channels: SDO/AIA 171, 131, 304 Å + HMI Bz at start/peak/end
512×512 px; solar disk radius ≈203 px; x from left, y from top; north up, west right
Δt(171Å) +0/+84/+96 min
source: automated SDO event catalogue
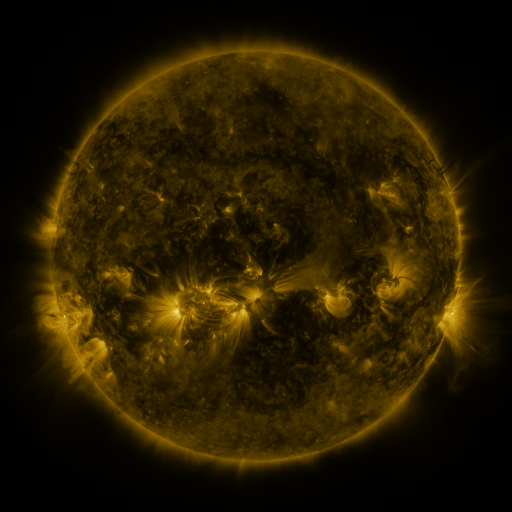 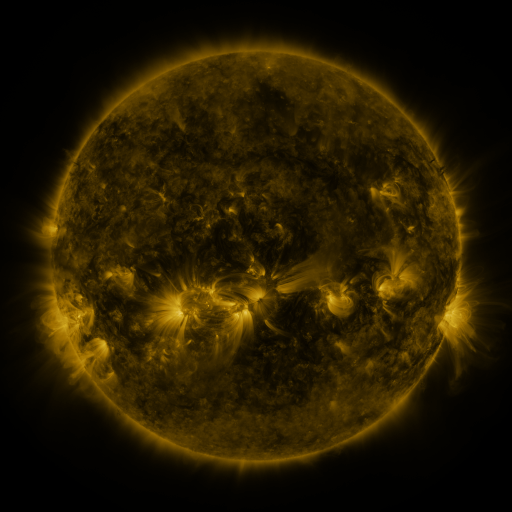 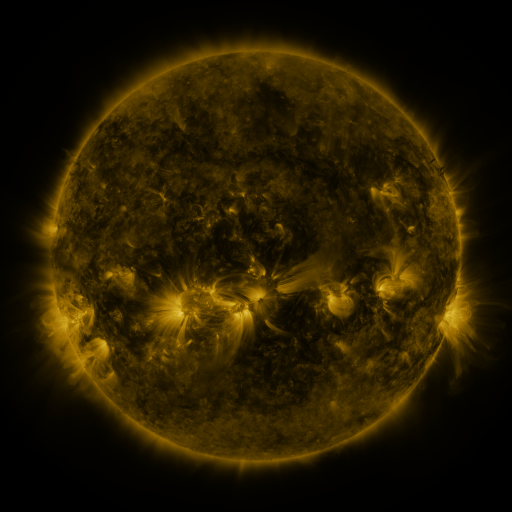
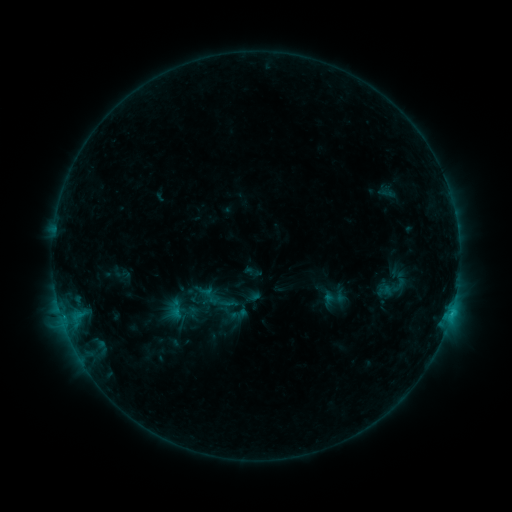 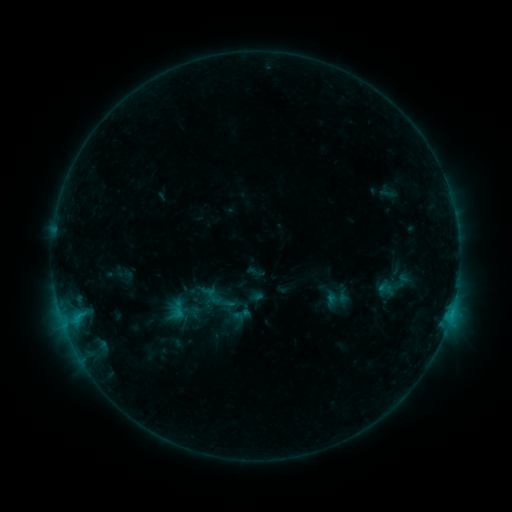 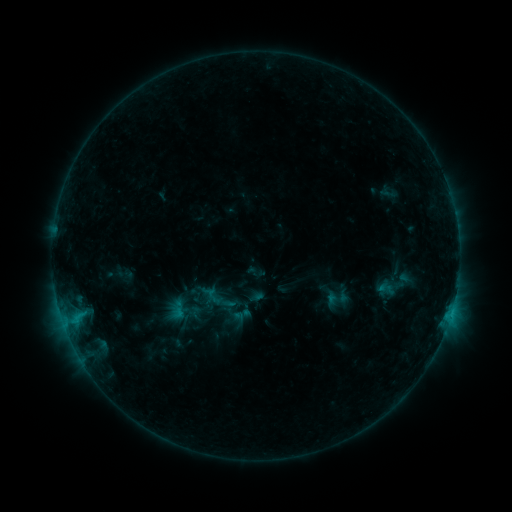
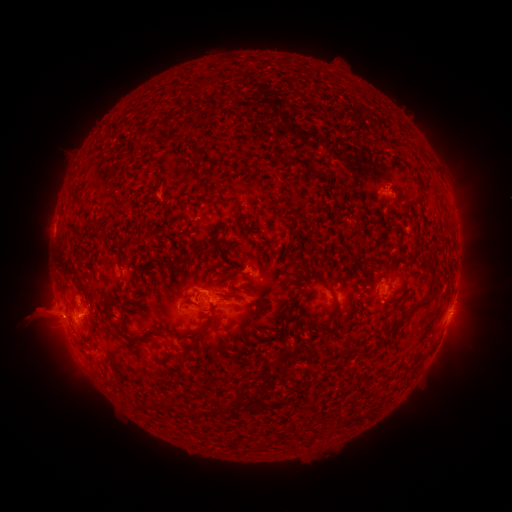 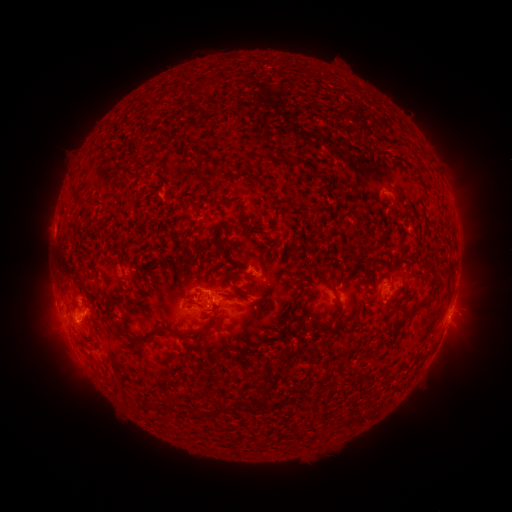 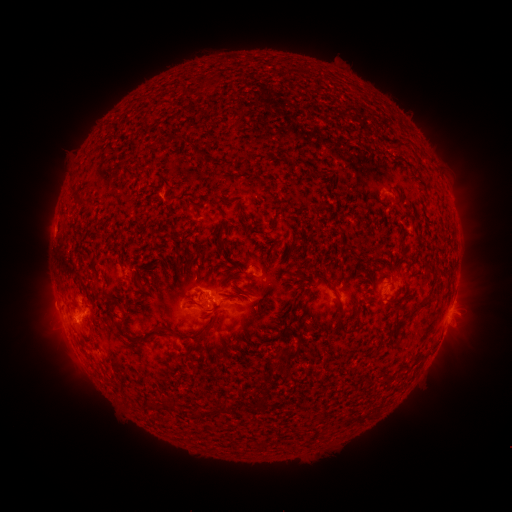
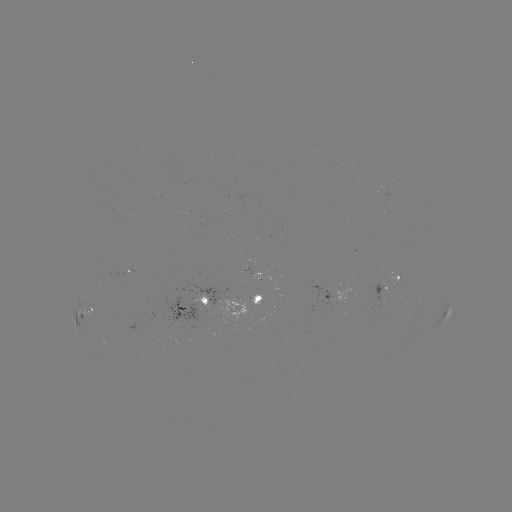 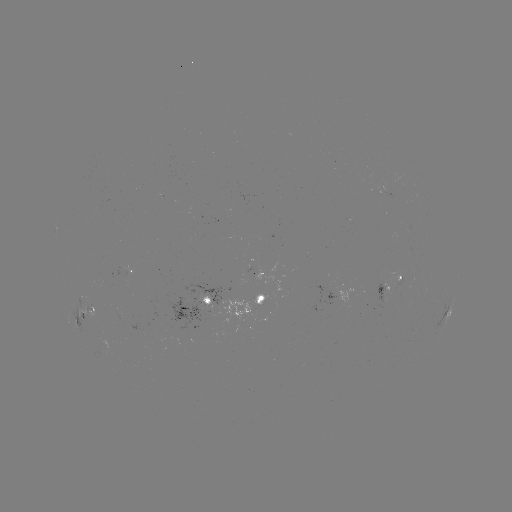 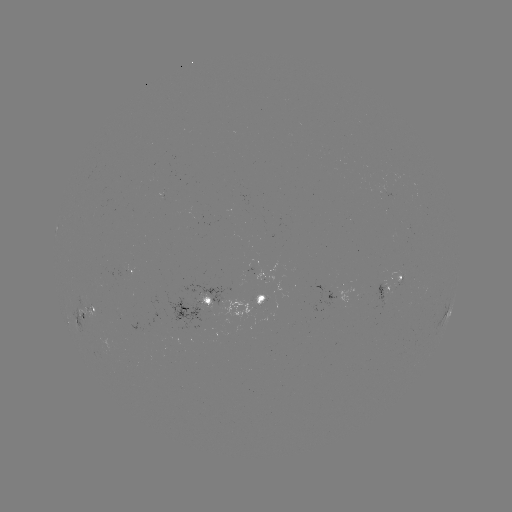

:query emerging-flux region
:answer [383, 287]